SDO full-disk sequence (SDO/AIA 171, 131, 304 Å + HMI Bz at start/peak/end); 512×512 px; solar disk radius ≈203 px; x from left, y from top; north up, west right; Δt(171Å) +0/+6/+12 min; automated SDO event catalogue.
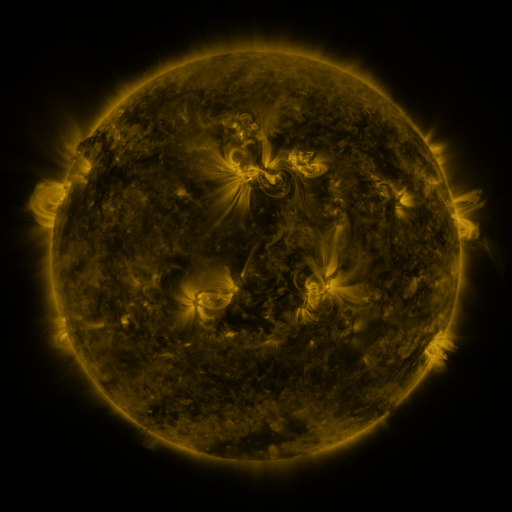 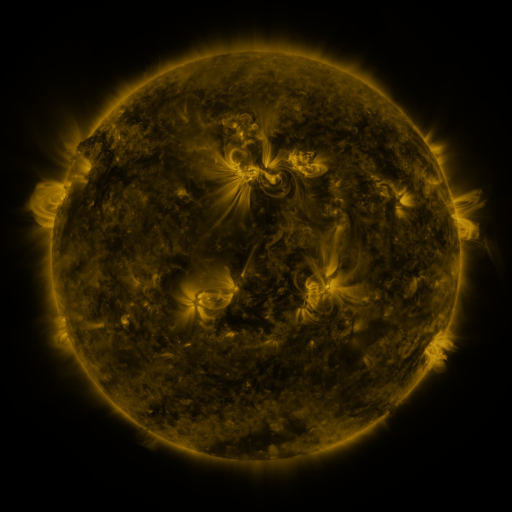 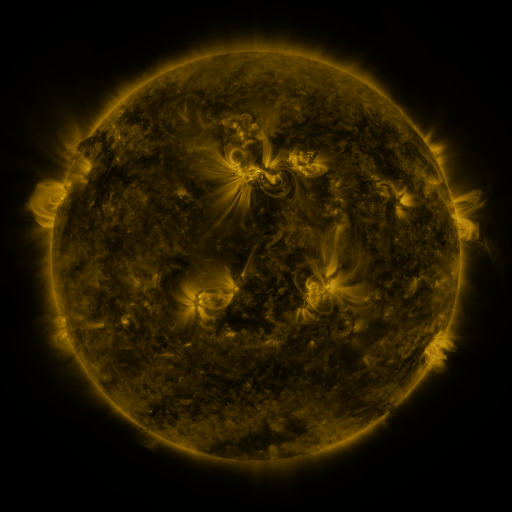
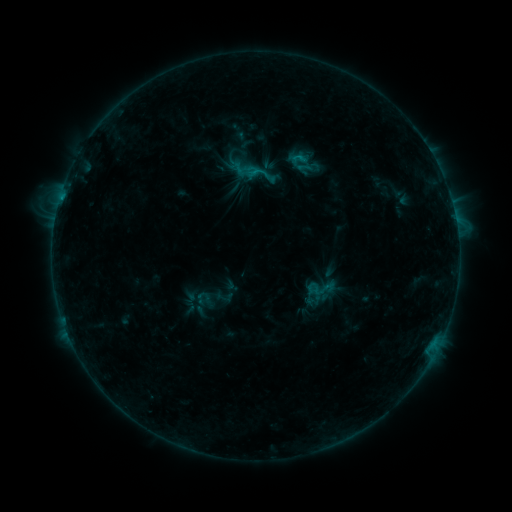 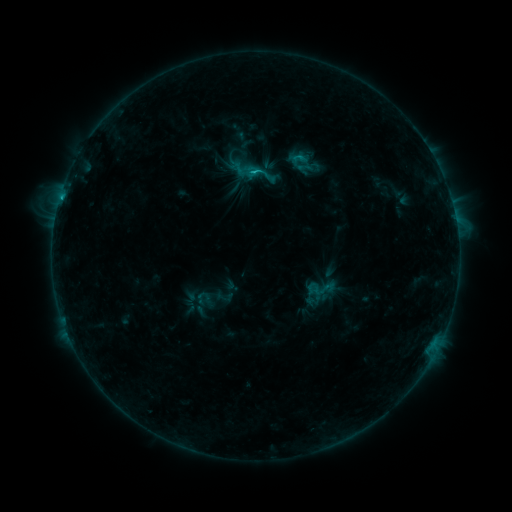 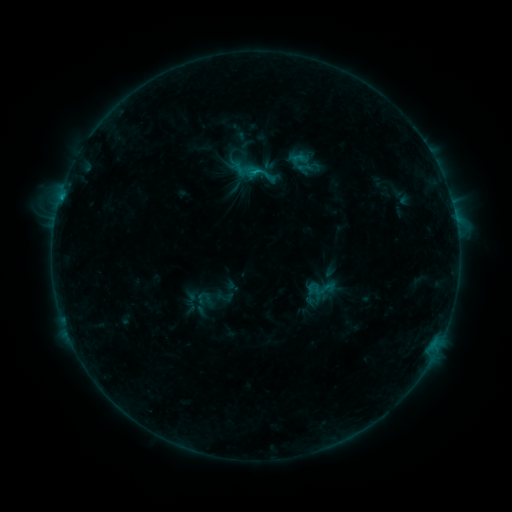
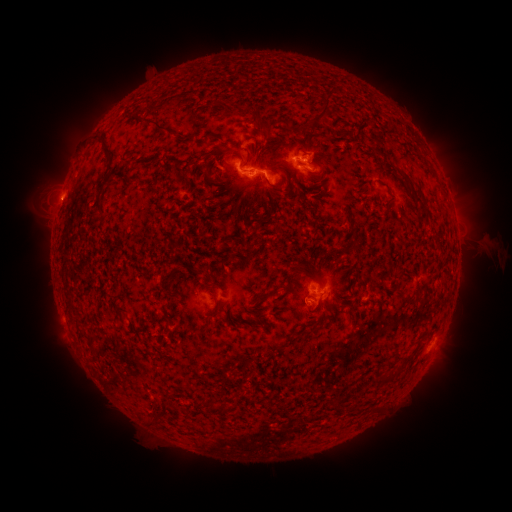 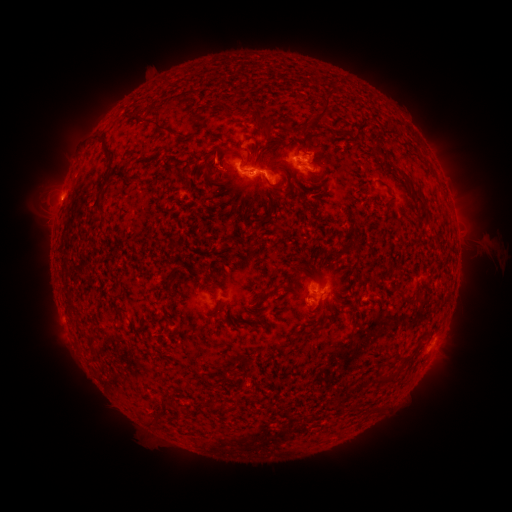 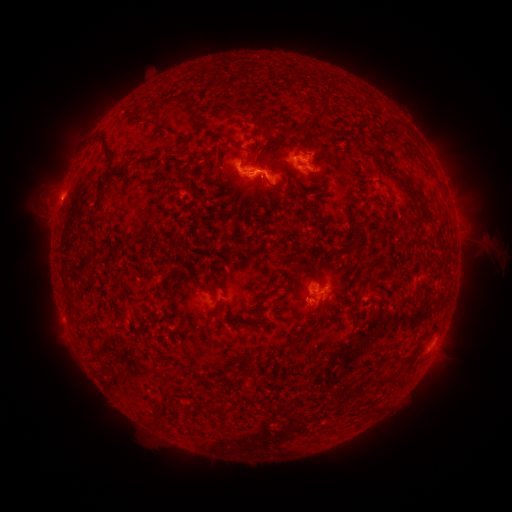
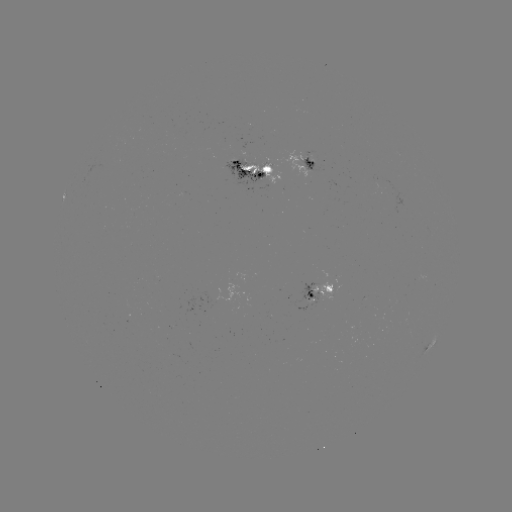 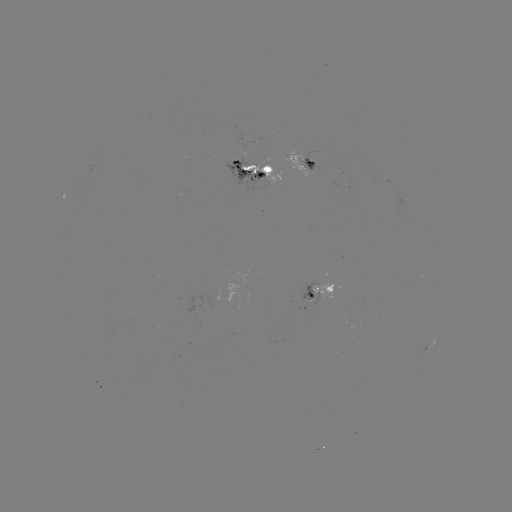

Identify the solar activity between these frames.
C1.2 flare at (61, 200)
